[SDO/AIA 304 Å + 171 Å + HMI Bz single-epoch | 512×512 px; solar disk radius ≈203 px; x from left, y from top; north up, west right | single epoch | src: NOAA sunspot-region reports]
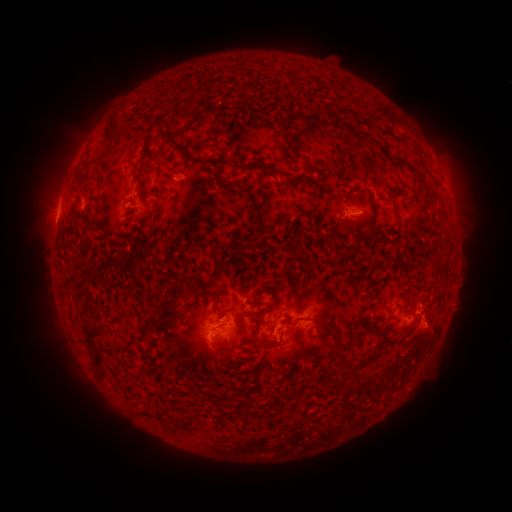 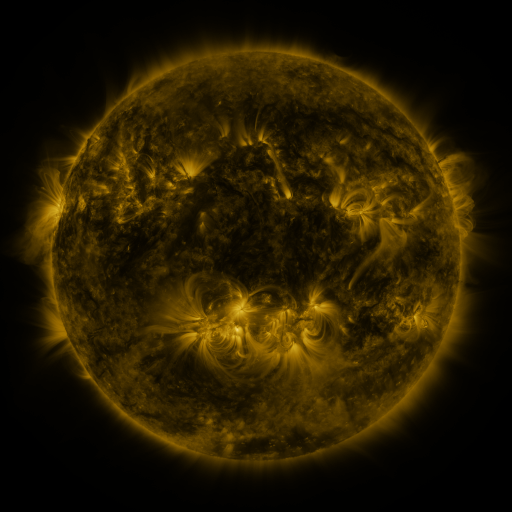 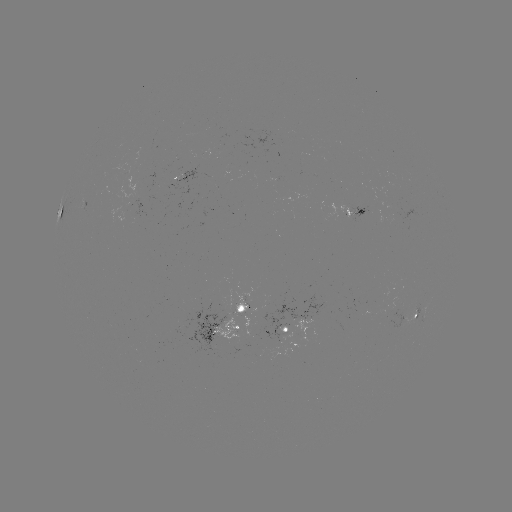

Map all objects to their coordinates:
spotted active region: (60, 208)
spotted active region: (353, 210)
spotted active region: (419, 309)
spotted active region: (229, 321)
spotted active region: (301, 328)
